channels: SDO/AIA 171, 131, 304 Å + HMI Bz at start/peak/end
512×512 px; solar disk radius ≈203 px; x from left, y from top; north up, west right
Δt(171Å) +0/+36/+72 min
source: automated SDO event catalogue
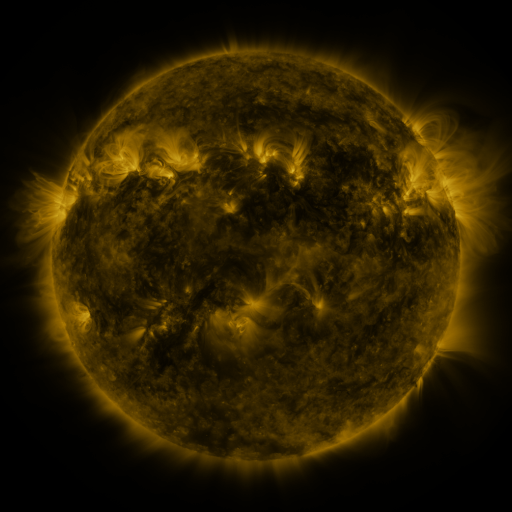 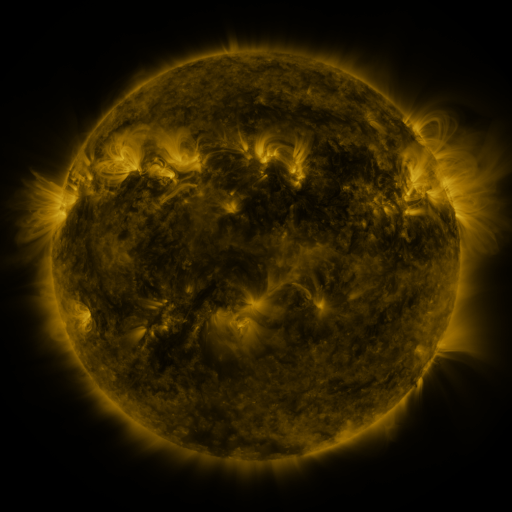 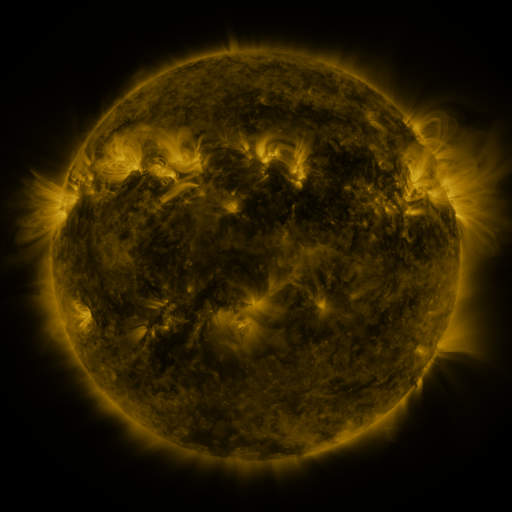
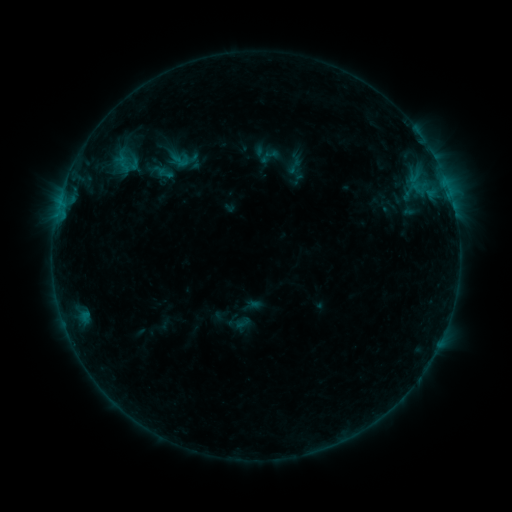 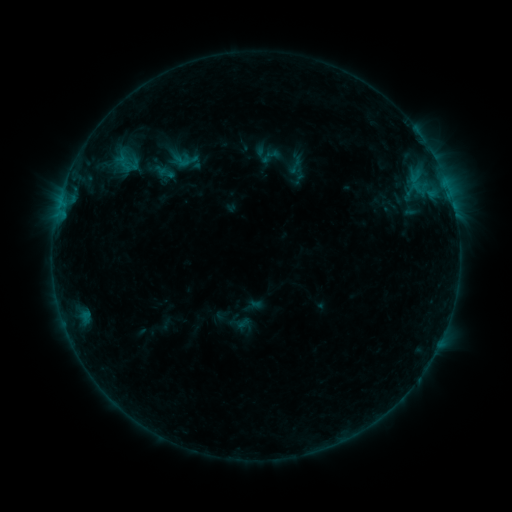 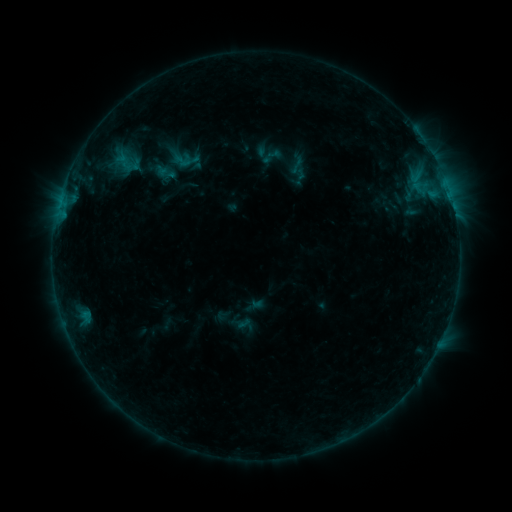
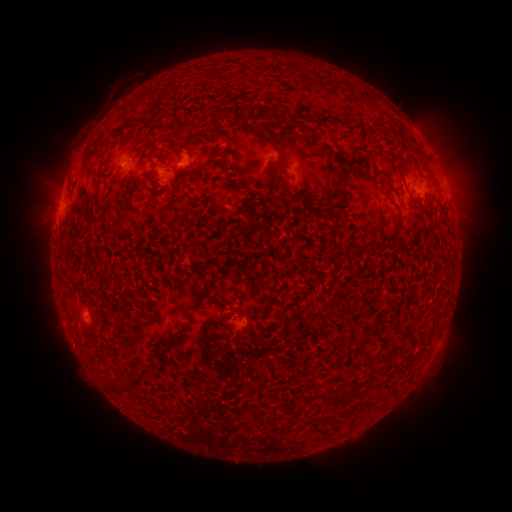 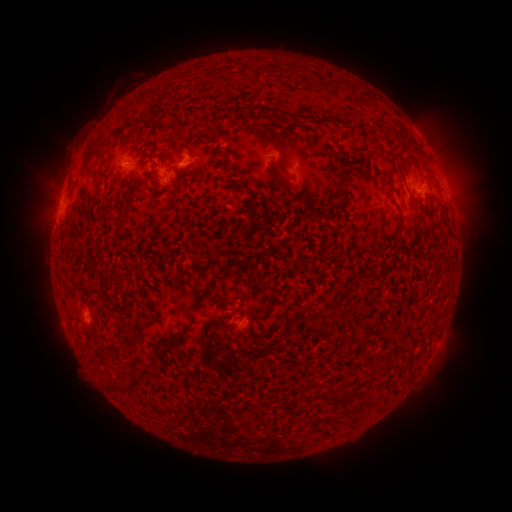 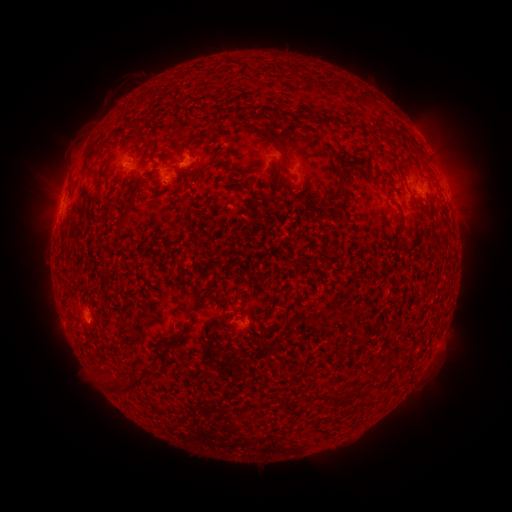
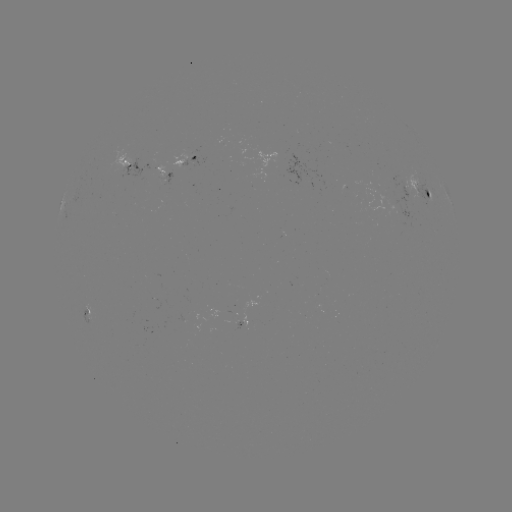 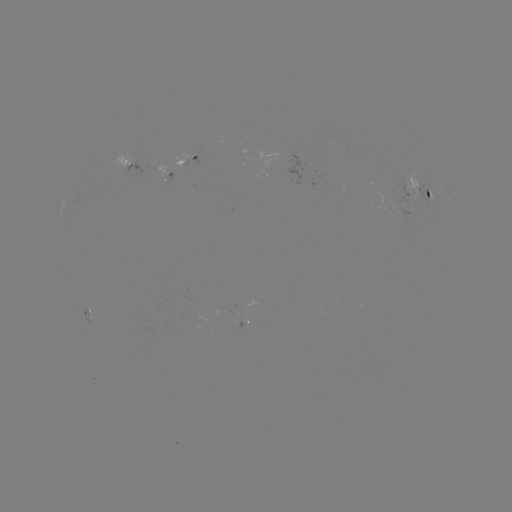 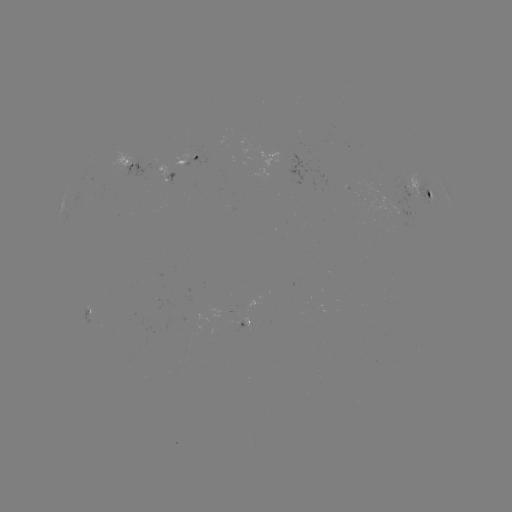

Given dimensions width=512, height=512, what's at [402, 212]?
emerging-flux region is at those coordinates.